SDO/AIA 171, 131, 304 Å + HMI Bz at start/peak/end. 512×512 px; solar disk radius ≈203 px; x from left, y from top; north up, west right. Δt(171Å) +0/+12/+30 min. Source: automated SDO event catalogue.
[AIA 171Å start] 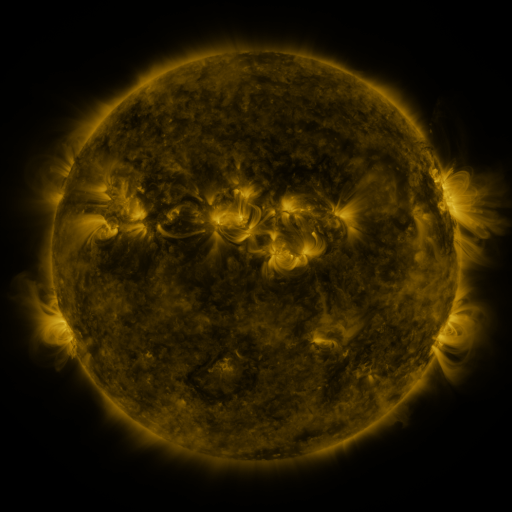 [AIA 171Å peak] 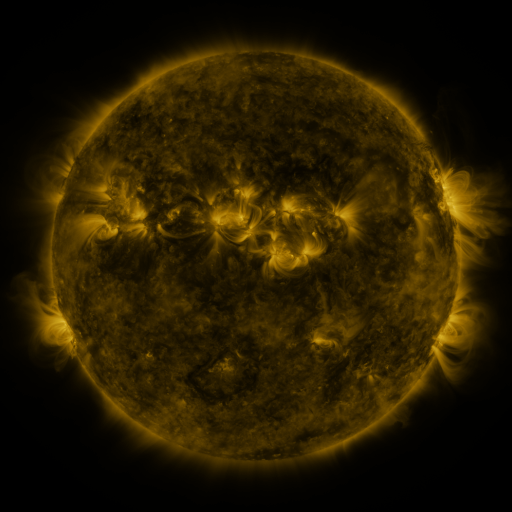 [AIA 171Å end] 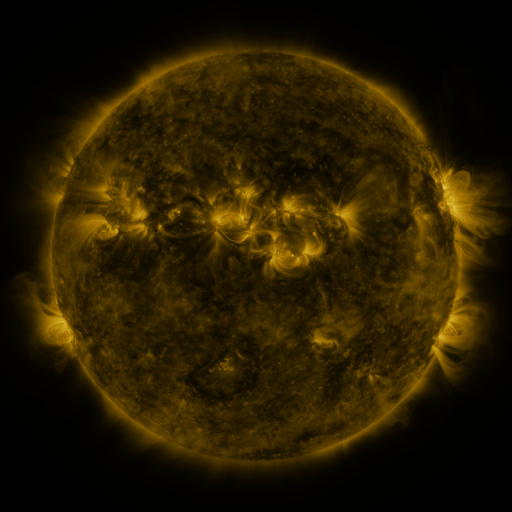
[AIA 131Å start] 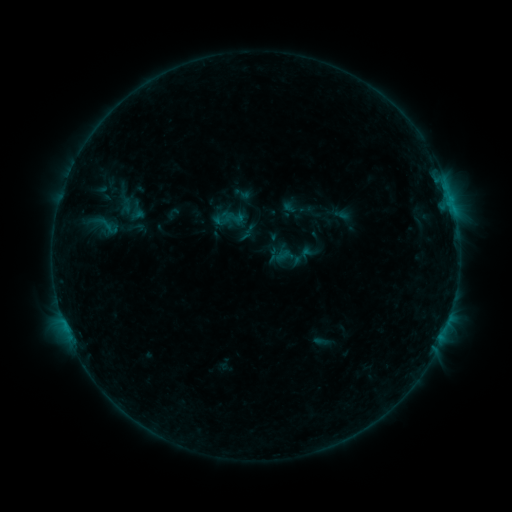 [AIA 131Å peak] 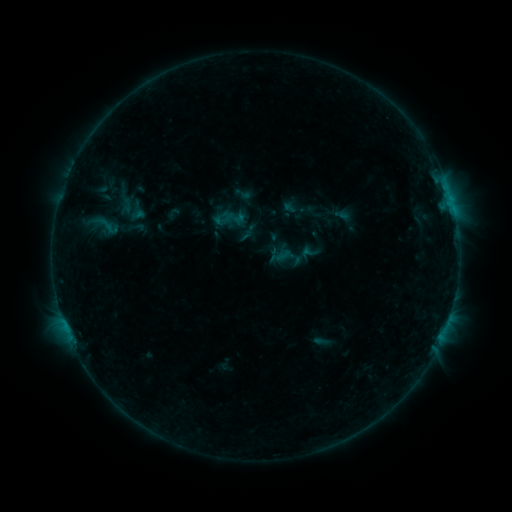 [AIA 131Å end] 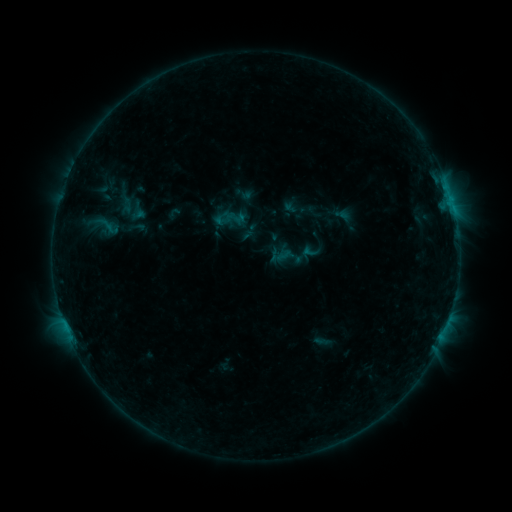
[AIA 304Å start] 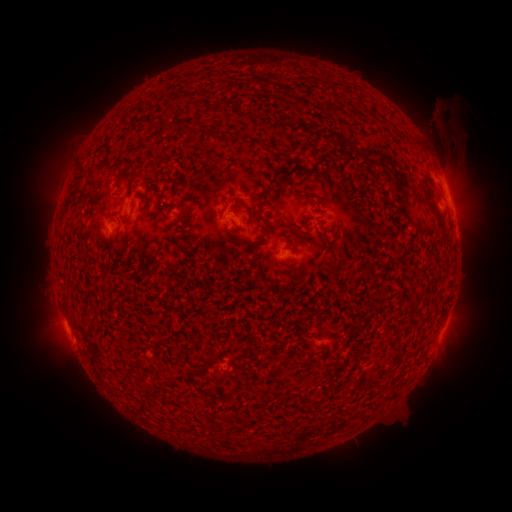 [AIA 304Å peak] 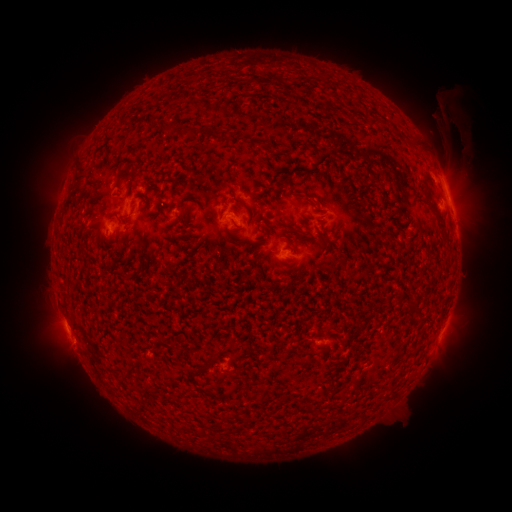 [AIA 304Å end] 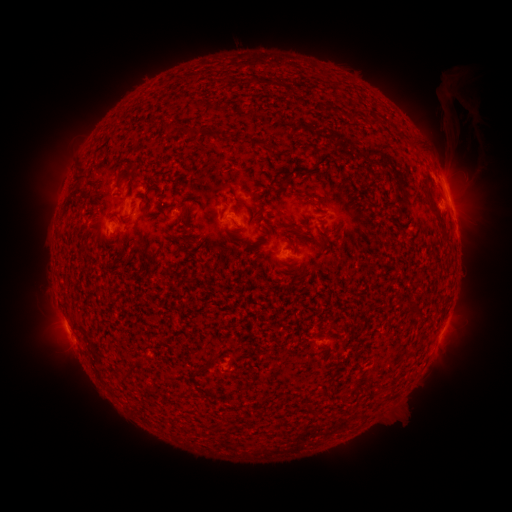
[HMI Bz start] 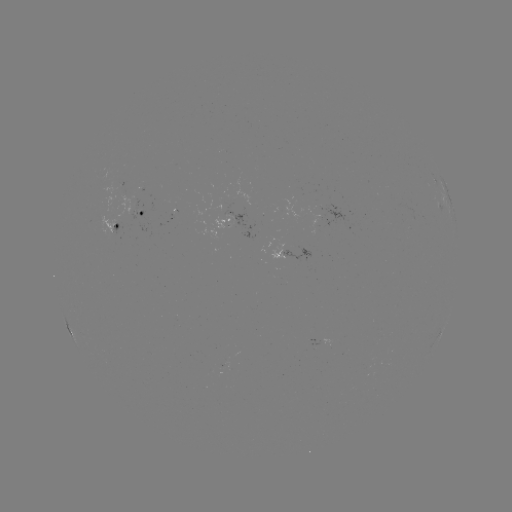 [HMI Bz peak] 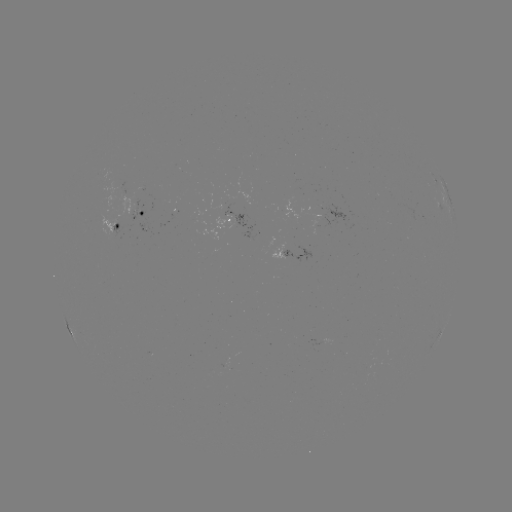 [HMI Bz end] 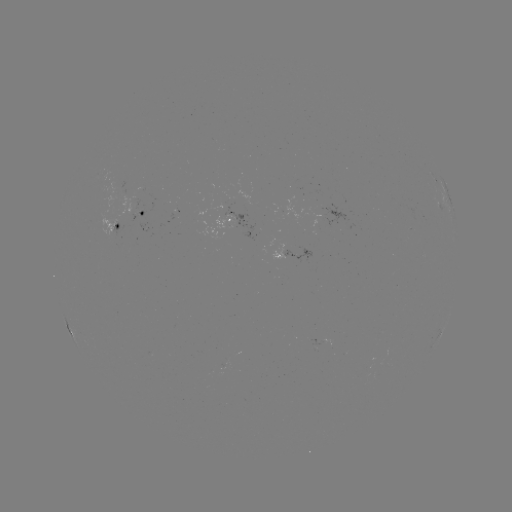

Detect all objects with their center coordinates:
eruption: (452, 119)
